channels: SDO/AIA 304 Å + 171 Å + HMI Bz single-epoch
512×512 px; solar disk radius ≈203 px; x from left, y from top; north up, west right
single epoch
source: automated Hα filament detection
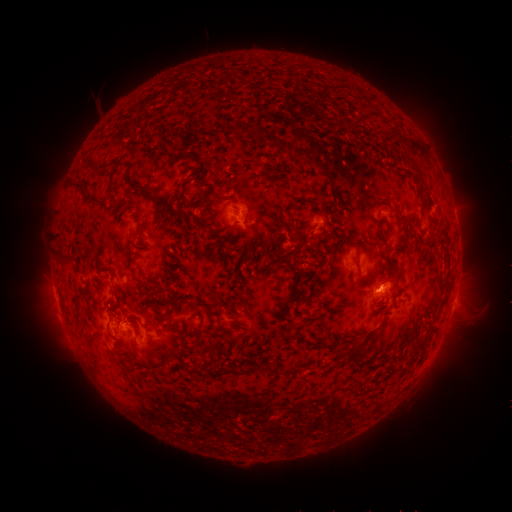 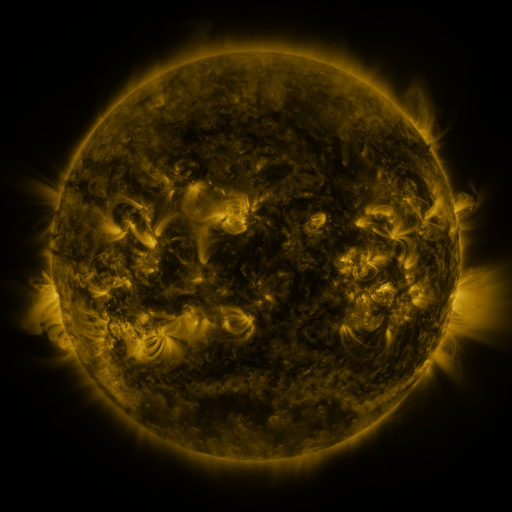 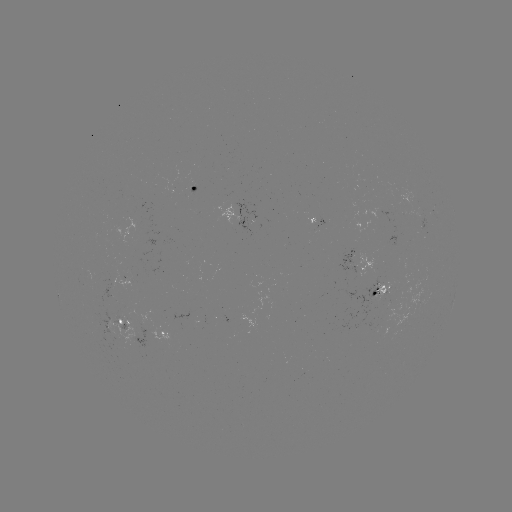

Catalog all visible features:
filament: <bbox>233, 124, 243, 136</bbox>
filament: <bbox>398, 137, 422, 152</bbox>
filament: <bbox>85, 160, 102, 169</bbox>
filament: <bbox>179, 169, 198, 191</bbox>
filament: <bbox>72, 180, 84, 190</bbox>
filament: <bbox>148, 185, 159, 198</bbox>
filament: <bbox>85, 194, 96, 204</bbox>
filament: <bbox>157, 205, 164, 216</bbox>
filament: <bbox>136, 221, 146, 244</bbox>
filament: <bbox>286, 221, 302, 241</bbox>
filament: <bbox>209, 225, 225, 235</bbox>
filament: <bbox>57, 248, 72, 263</bbox>
filament: <bbox>352, 259, 361, 275</bbox>
filament: <bbox>386, 264, 399, 281</bbox>
filament: <bbox>136, 276, 152, 286</bbox>
filament: <bbox>106, 329, 121, 340</bbox>
filament: <bbox>415, 333, 431, 352</bbox>
filament: <bbox>242, 363, 275, 375</bbox>
